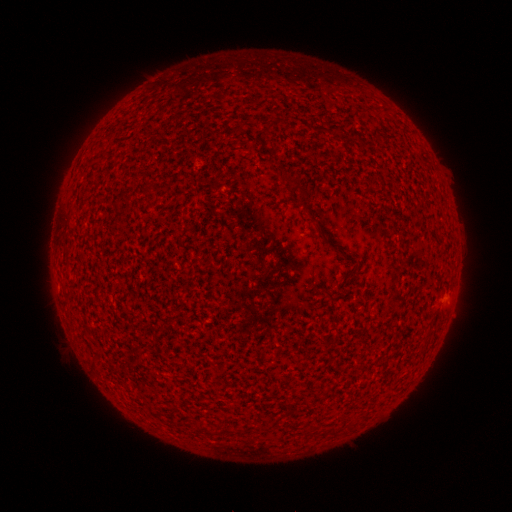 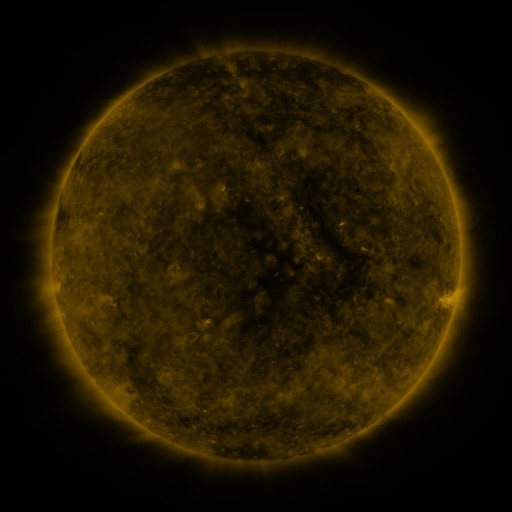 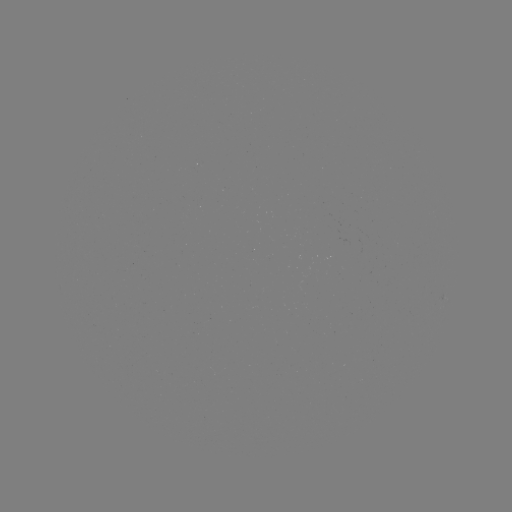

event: spotted active region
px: (444, 305)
